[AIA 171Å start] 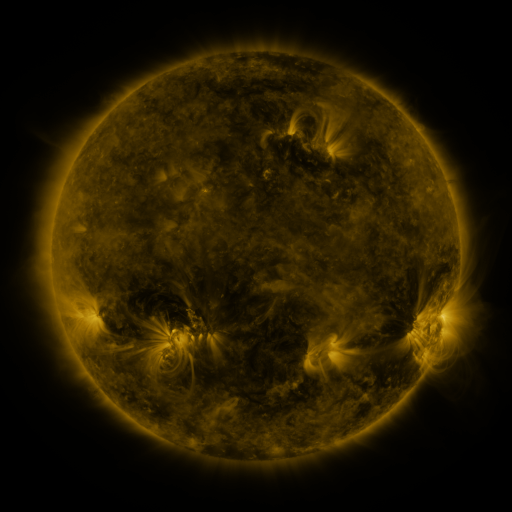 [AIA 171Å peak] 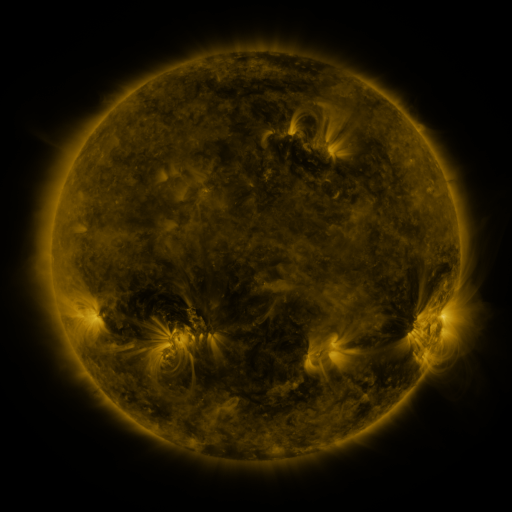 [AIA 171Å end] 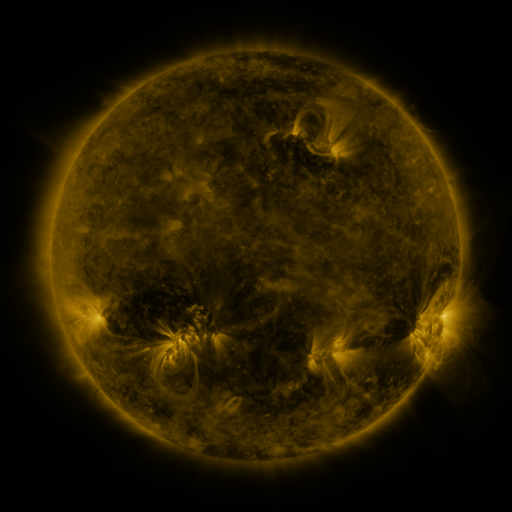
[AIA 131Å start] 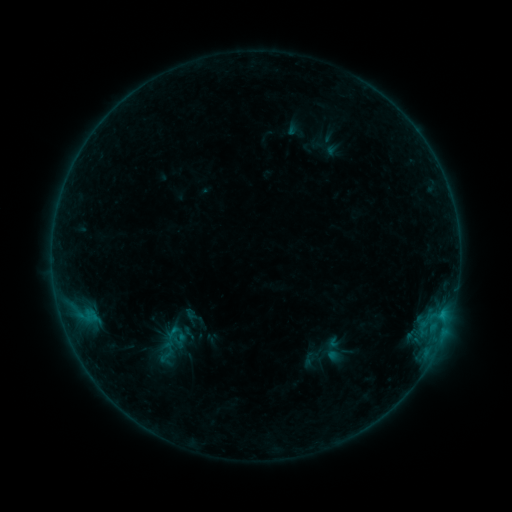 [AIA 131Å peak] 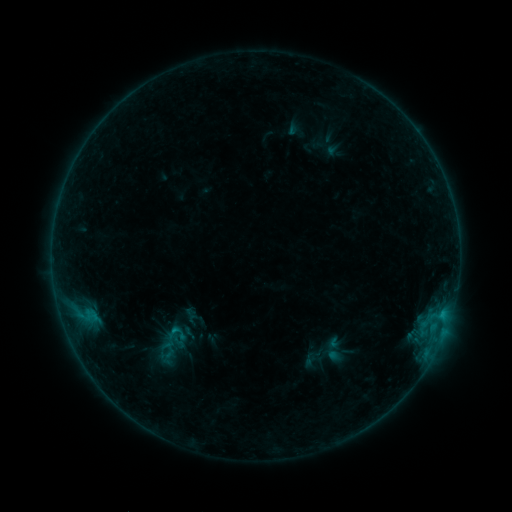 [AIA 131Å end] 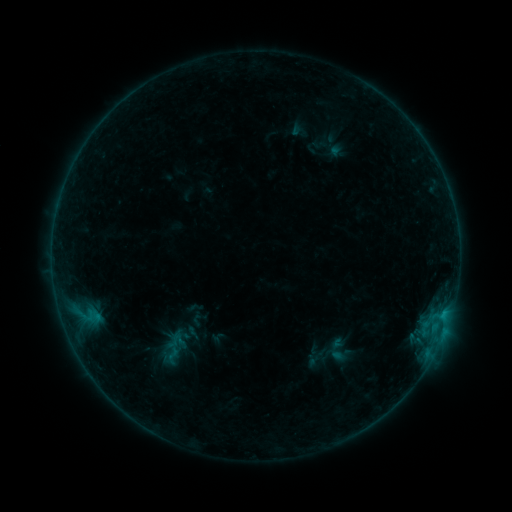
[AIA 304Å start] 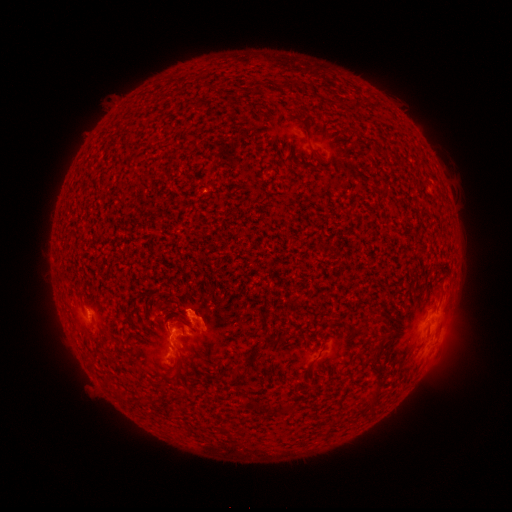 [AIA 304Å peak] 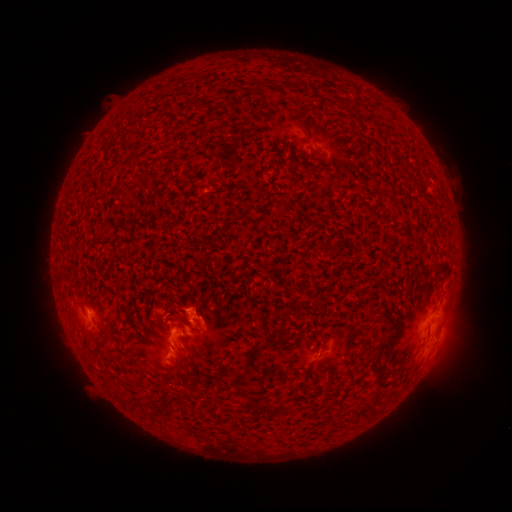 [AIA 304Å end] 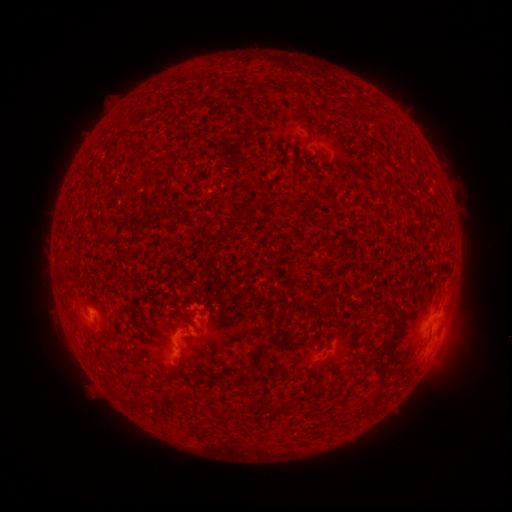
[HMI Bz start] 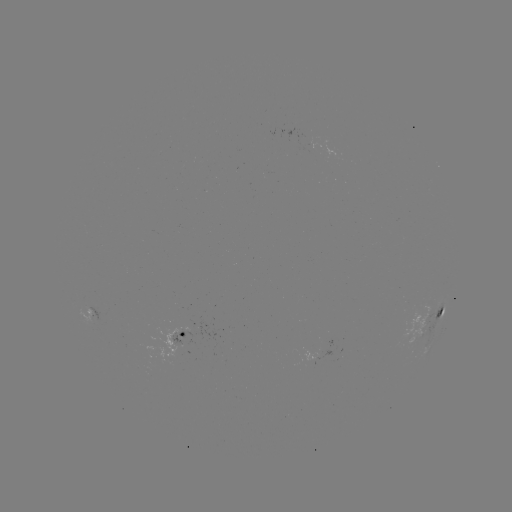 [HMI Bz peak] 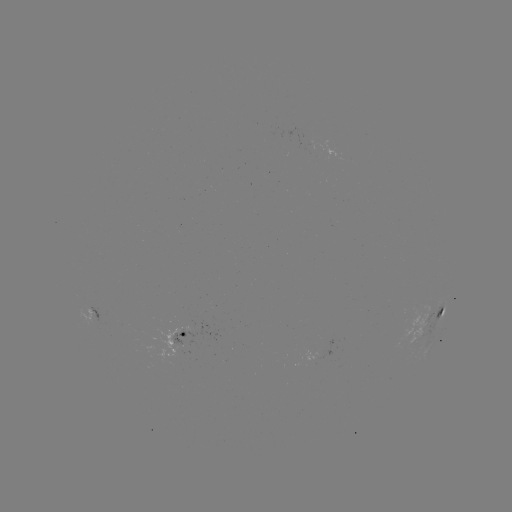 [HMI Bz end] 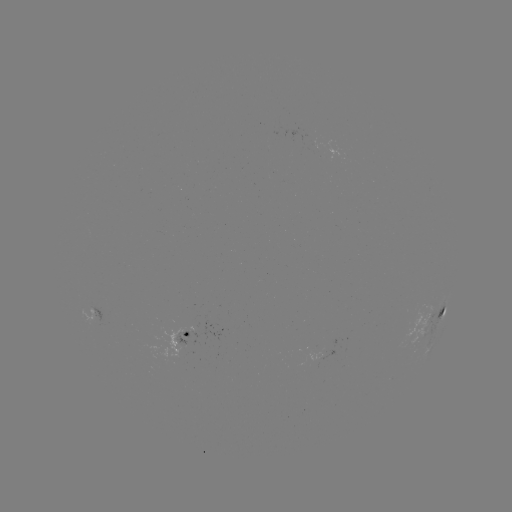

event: flare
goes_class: B9.0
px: (175, 330)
